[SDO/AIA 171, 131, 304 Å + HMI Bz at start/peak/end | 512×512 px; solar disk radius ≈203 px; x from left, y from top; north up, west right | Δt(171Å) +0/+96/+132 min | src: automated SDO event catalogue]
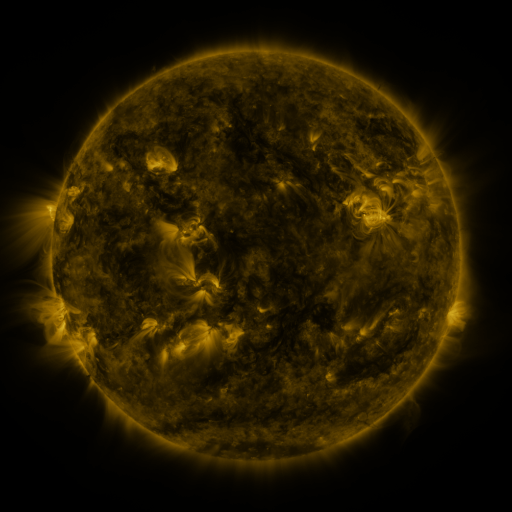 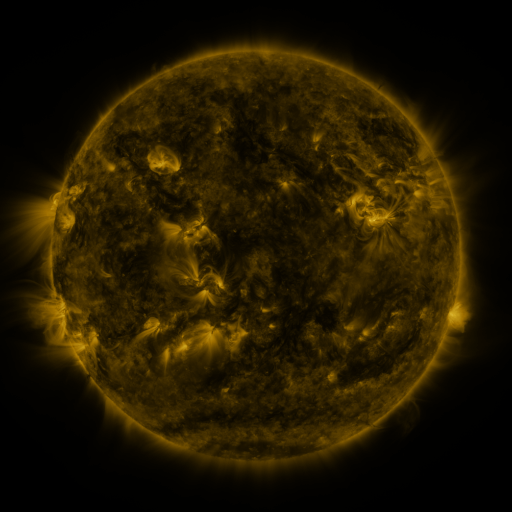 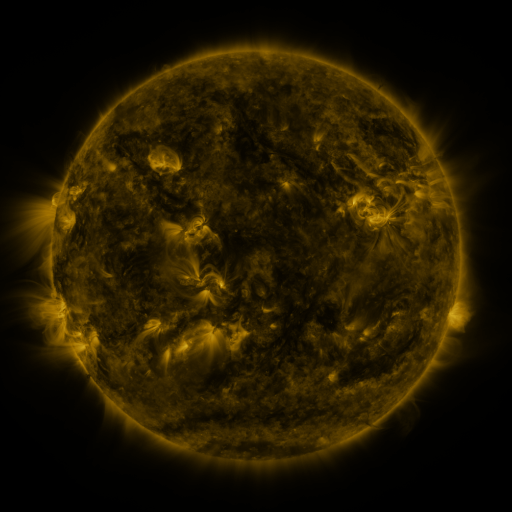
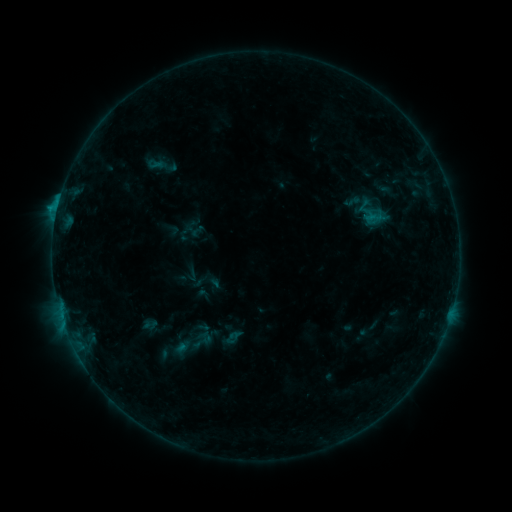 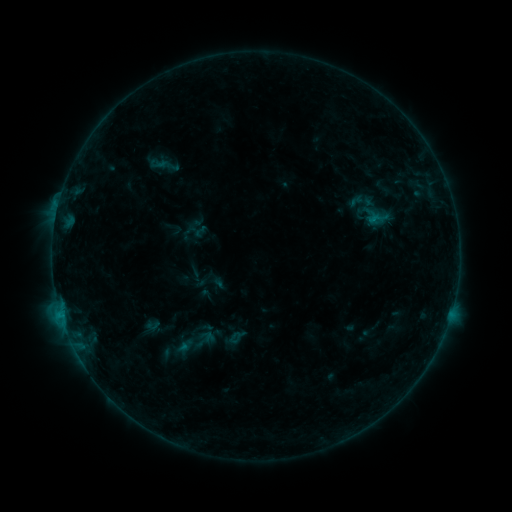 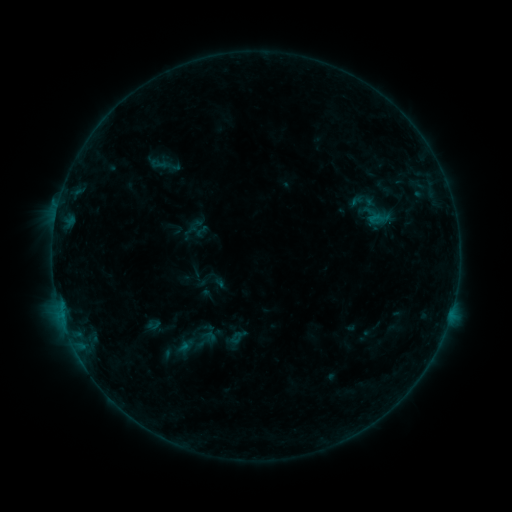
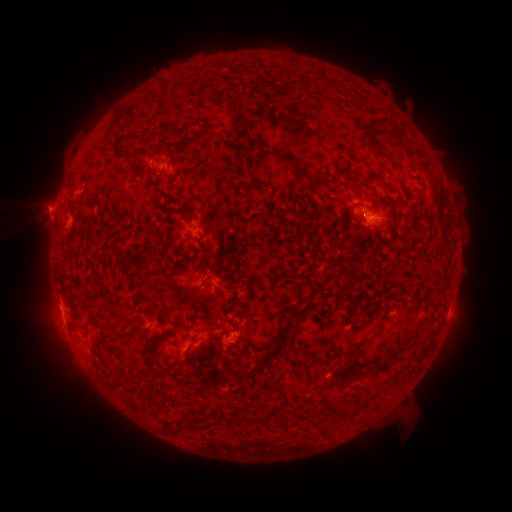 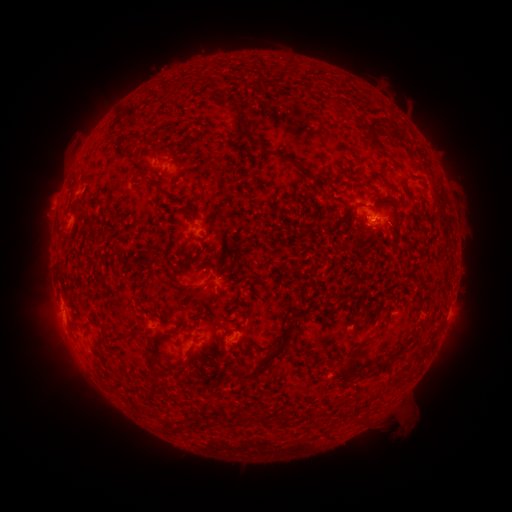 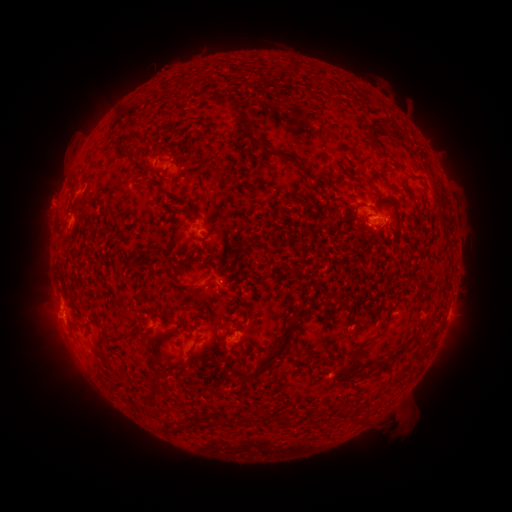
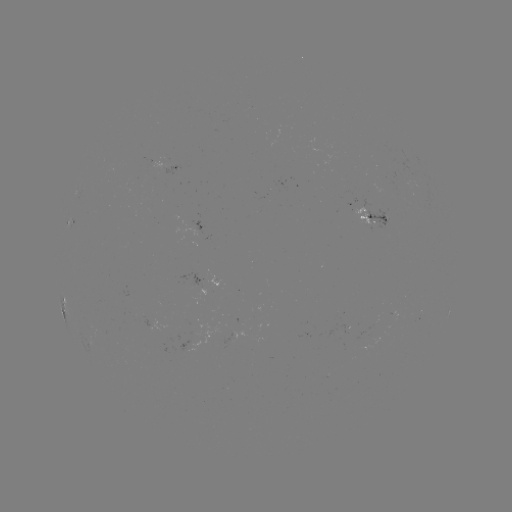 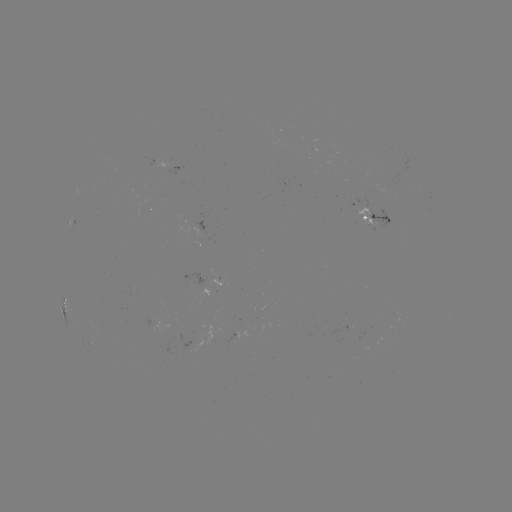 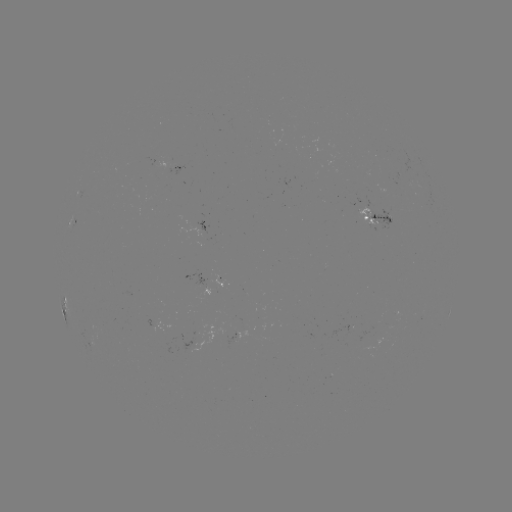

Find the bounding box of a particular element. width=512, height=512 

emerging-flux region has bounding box [369, 335, 380, 345].